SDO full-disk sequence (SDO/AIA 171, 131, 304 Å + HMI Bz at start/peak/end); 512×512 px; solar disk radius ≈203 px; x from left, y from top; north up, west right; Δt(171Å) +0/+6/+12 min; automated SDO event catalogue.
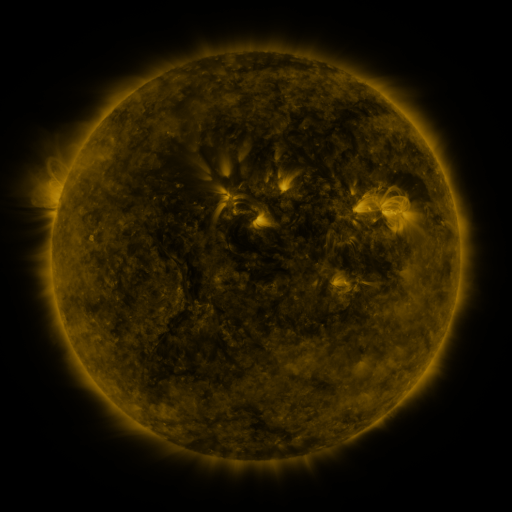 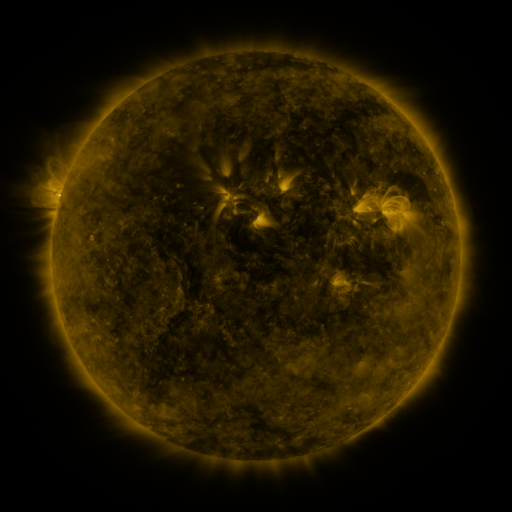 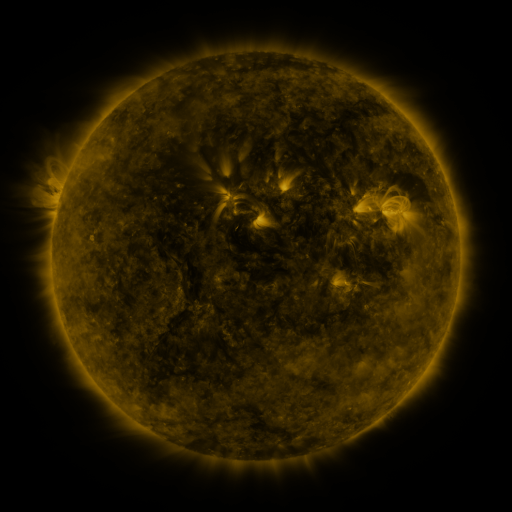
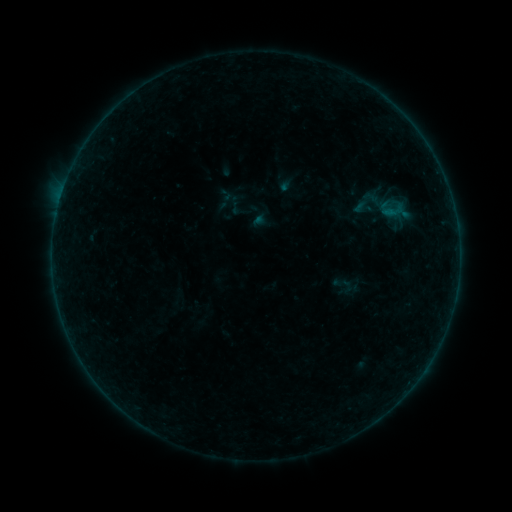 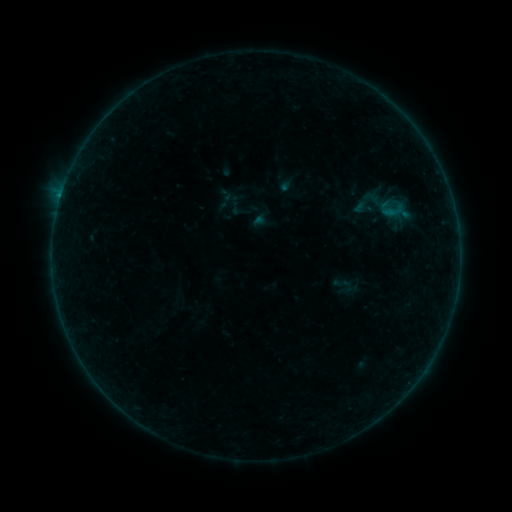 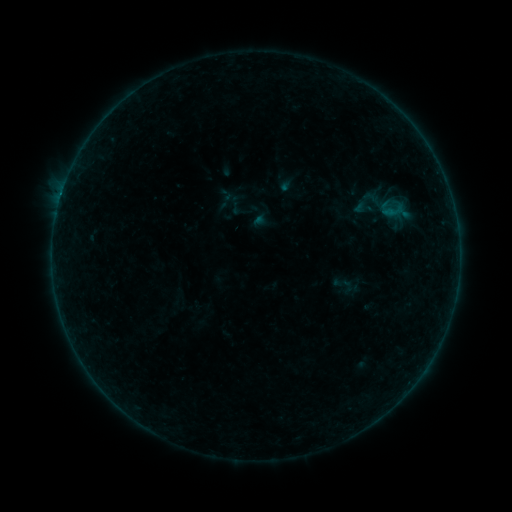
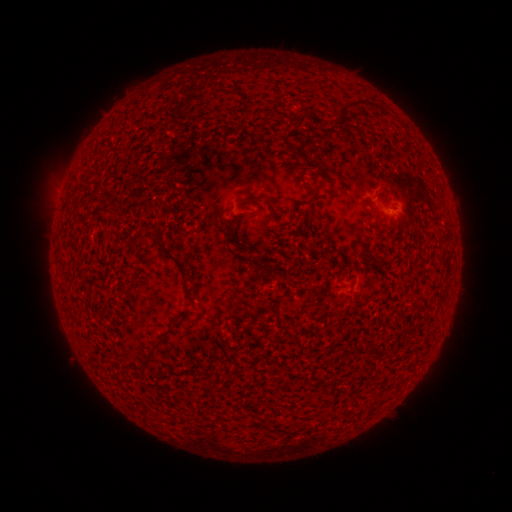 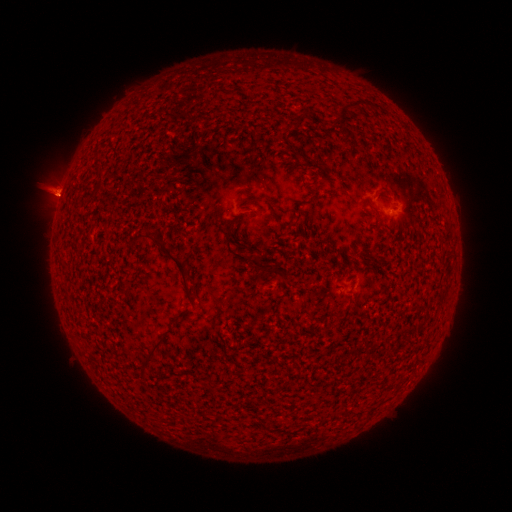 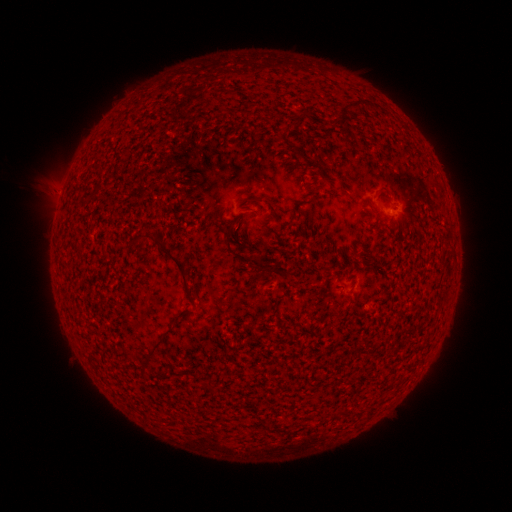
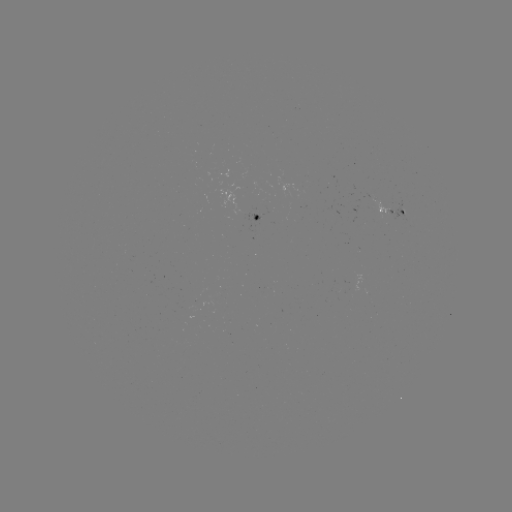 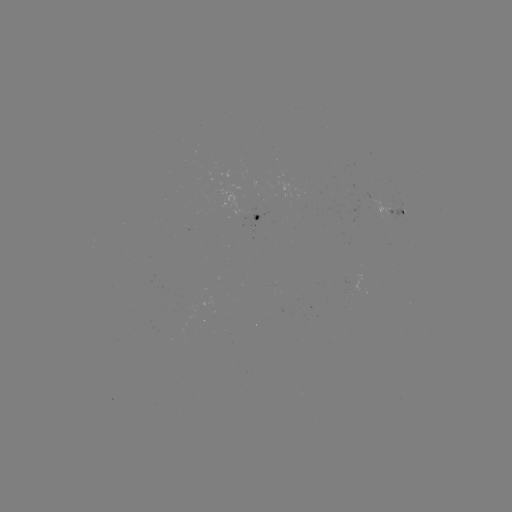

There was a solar flare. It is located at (61, 196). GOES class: B3.0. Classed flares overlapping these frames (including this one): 1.